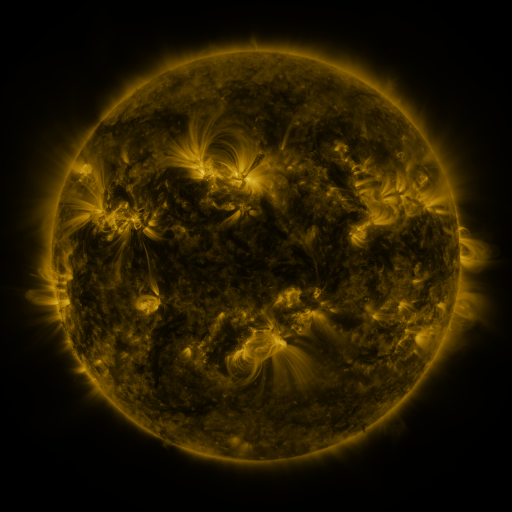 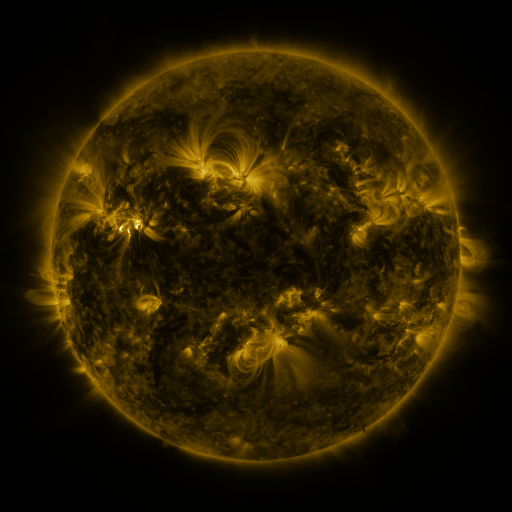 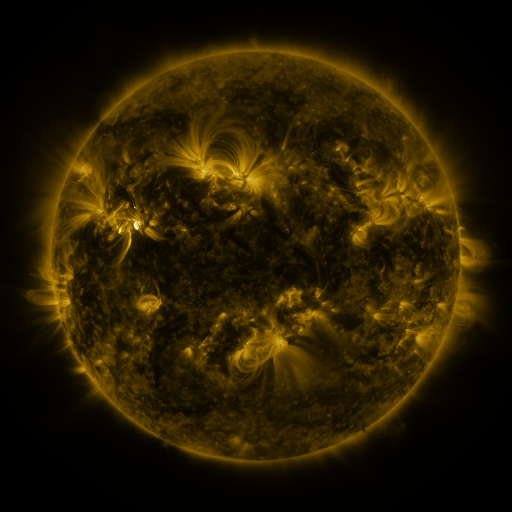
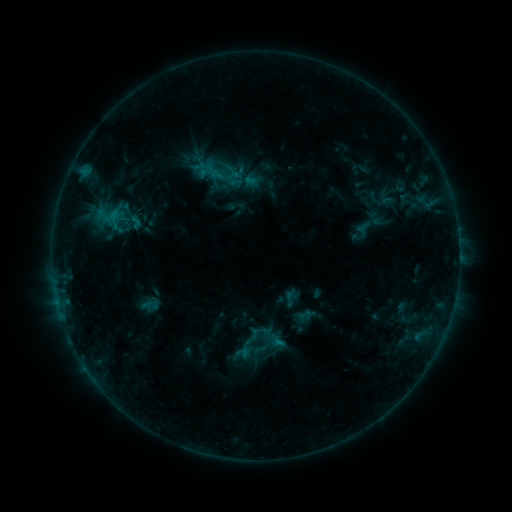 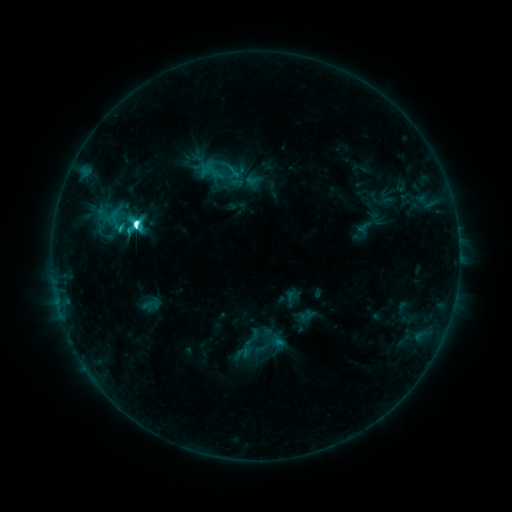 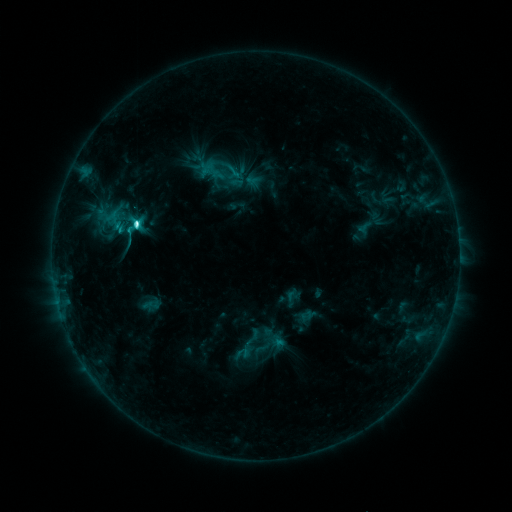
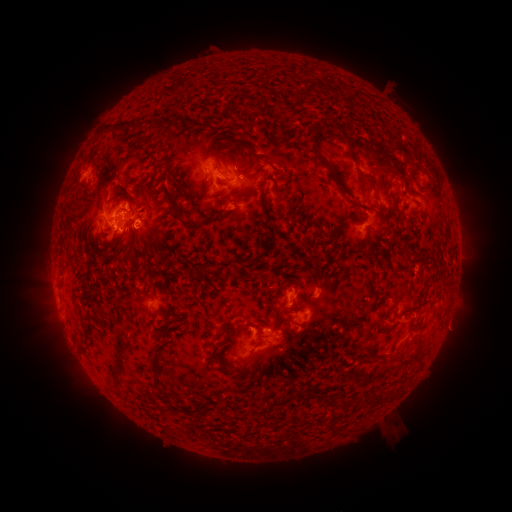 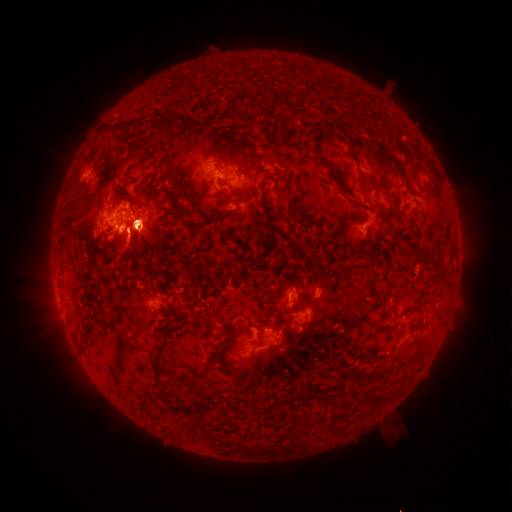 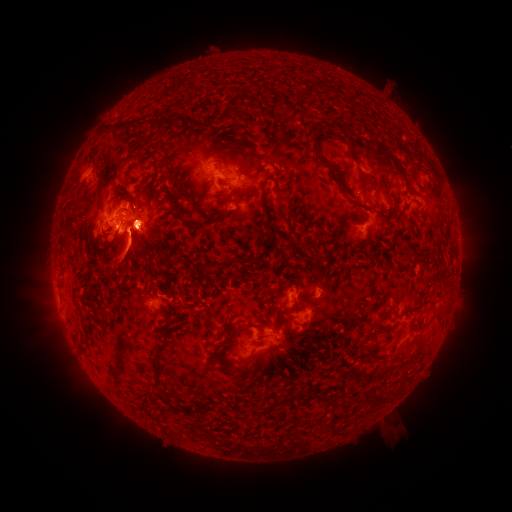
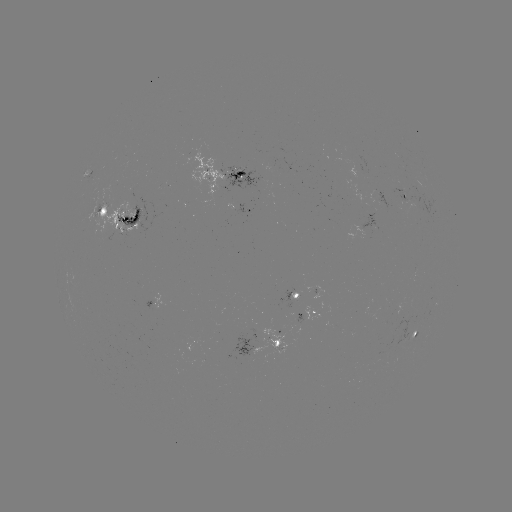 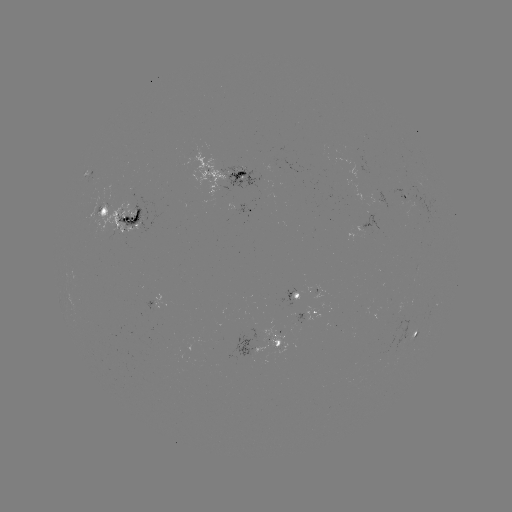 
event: flare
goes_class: M1.2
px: (136, 226)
